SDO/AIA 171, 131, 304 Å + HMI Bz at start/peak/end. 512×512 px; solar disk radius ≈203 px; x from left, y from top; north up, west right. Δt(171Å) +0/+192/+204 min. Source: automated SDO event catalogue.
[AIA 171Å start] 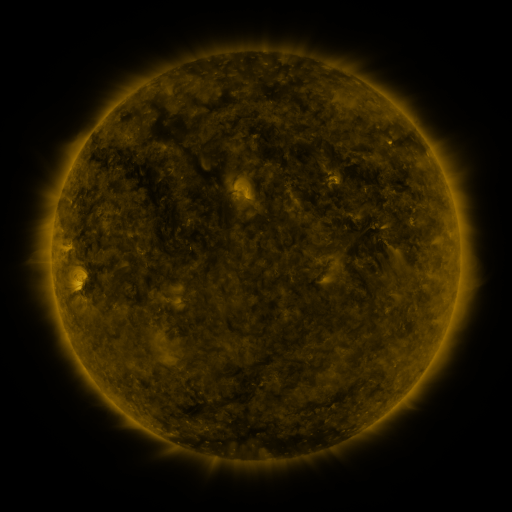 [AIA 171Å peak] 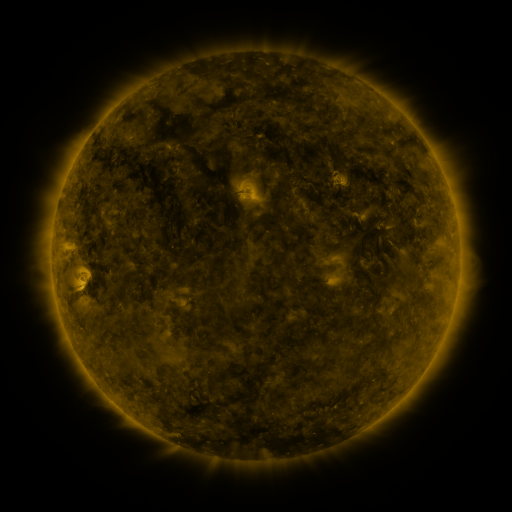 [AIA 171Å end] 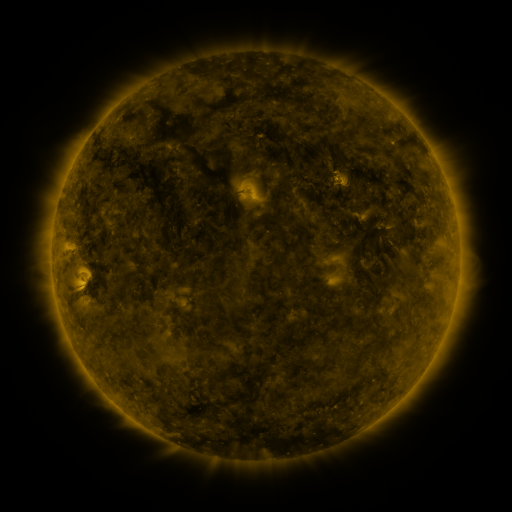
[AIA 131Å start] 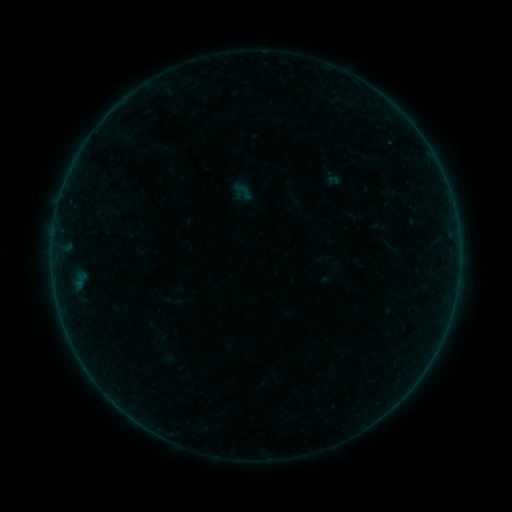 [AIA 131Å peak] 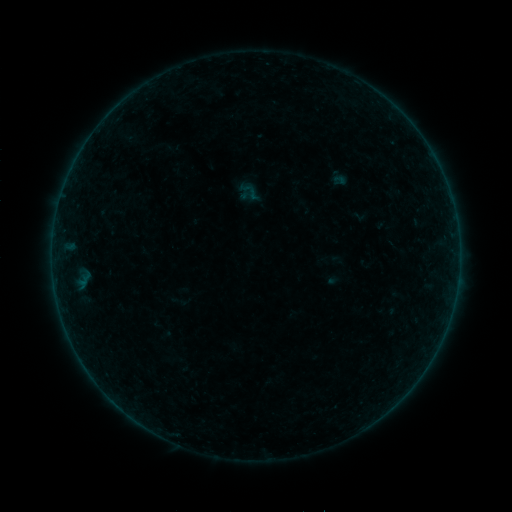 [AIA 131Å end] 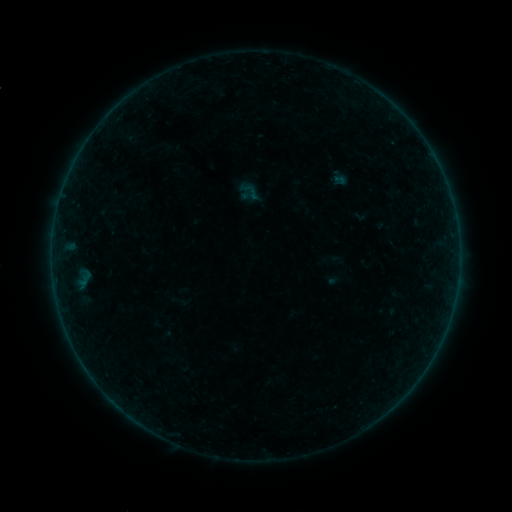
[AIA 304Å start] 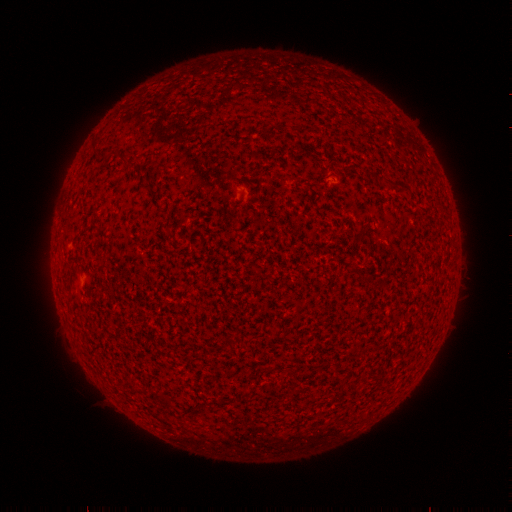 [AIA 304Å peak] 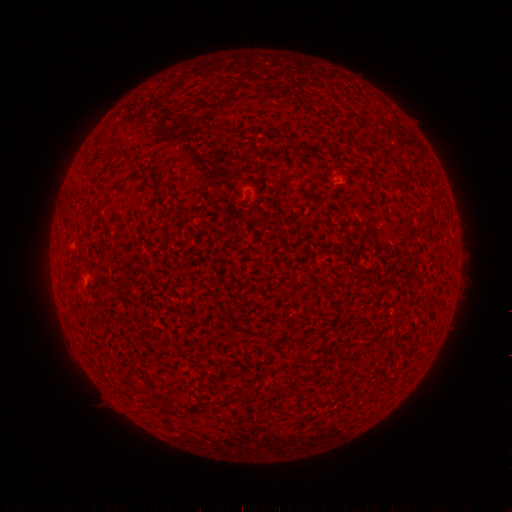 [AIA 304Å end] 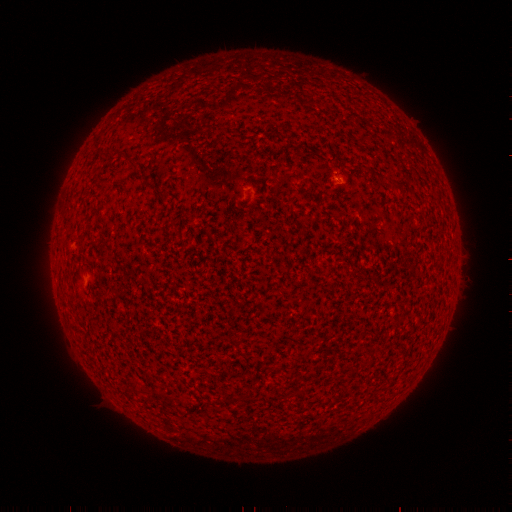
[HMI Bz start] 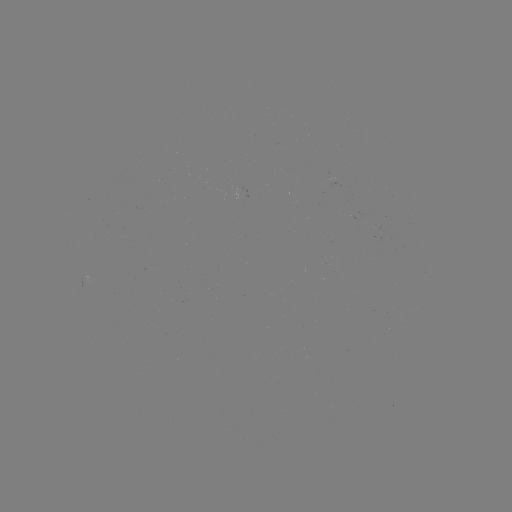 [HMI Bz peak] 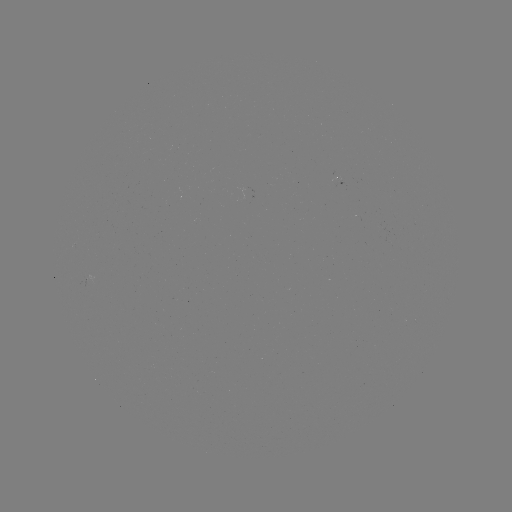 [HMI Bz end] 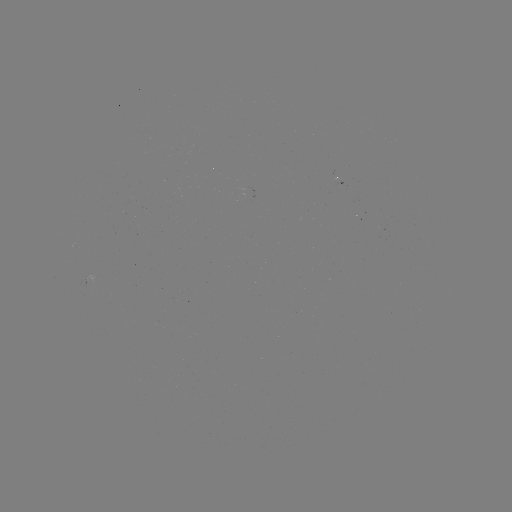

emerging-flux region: [331, 178, 344, 189]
